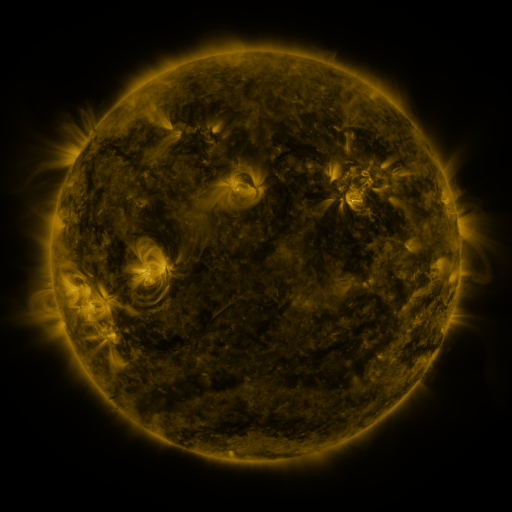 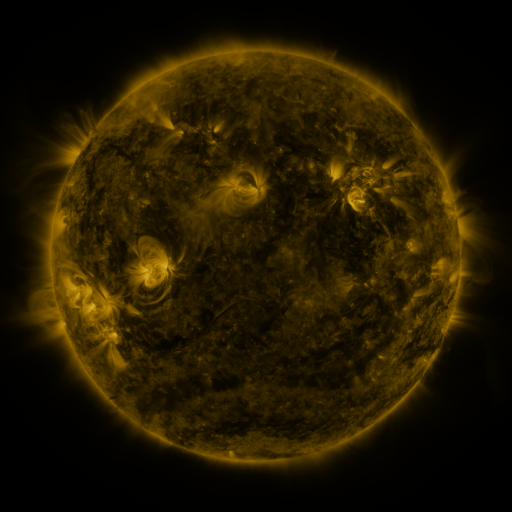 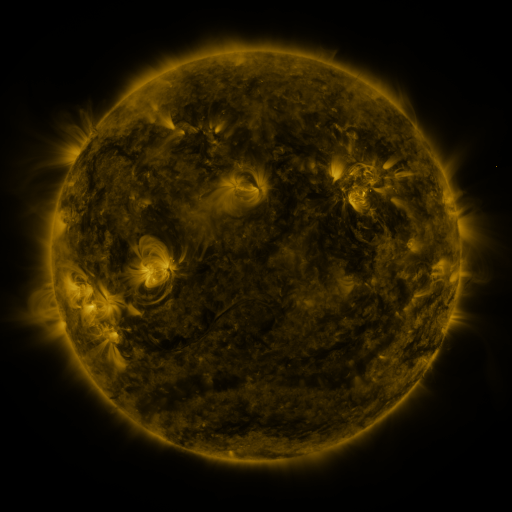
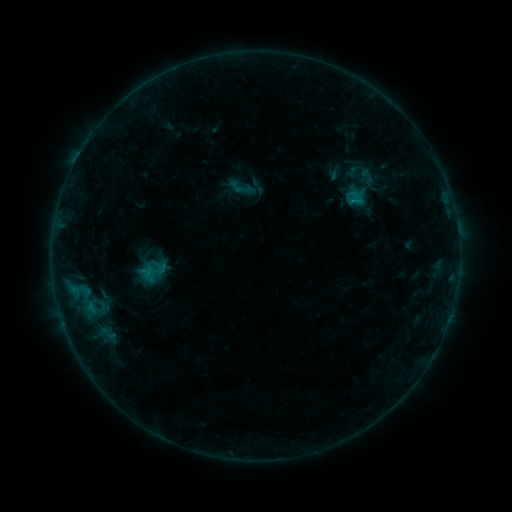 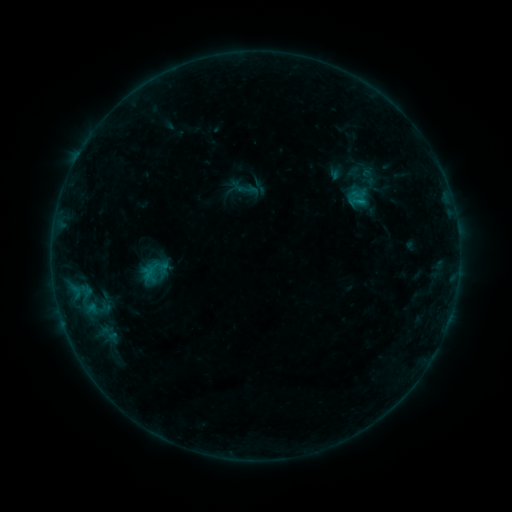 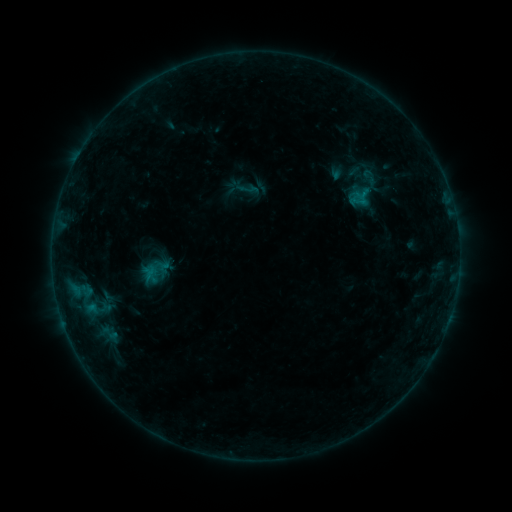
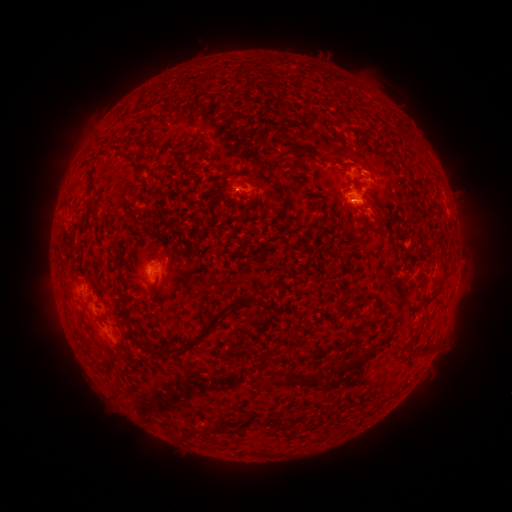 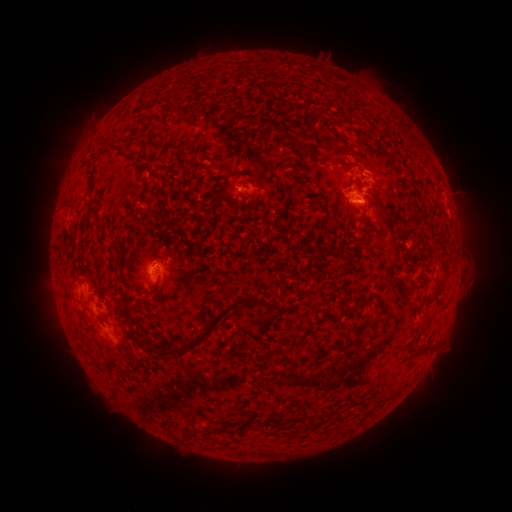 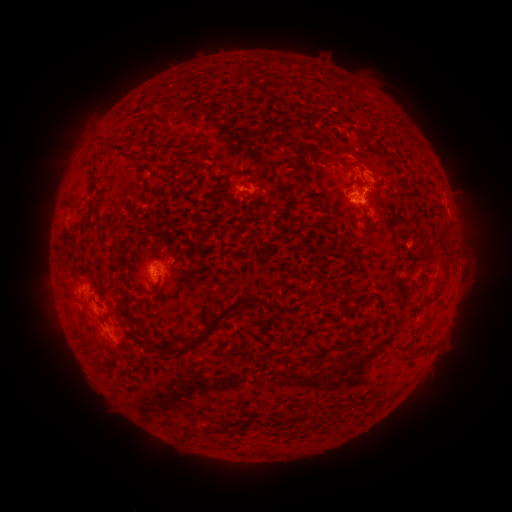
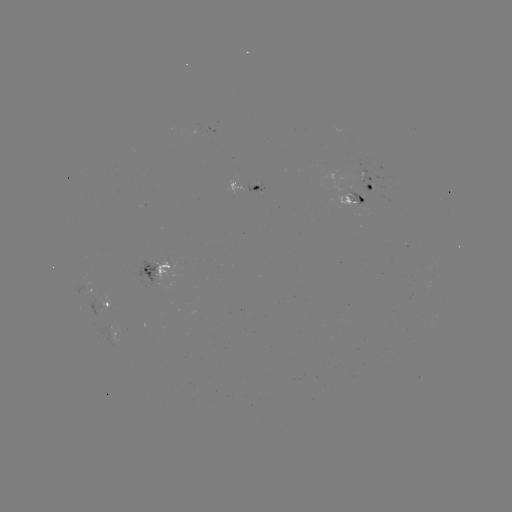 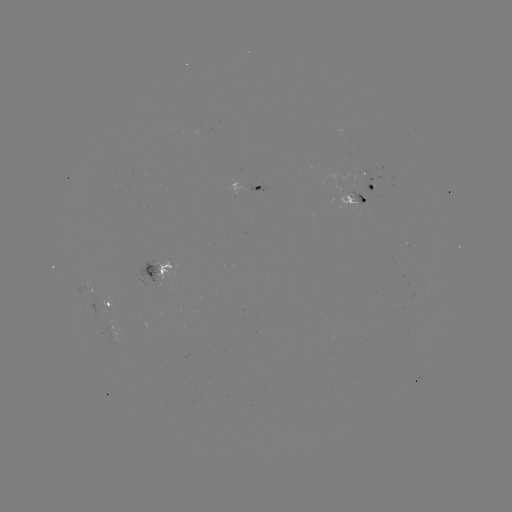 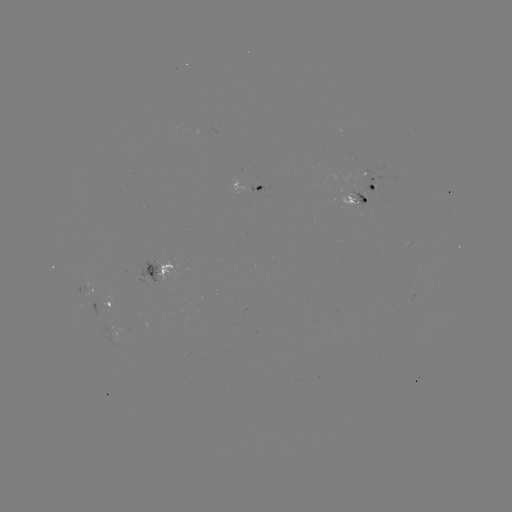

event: emerging-flux region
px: (154, 274)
